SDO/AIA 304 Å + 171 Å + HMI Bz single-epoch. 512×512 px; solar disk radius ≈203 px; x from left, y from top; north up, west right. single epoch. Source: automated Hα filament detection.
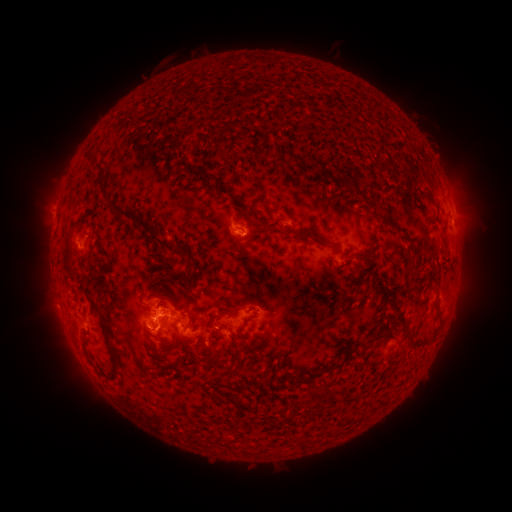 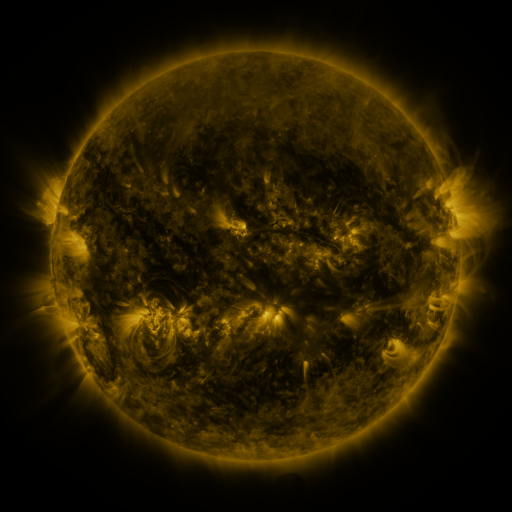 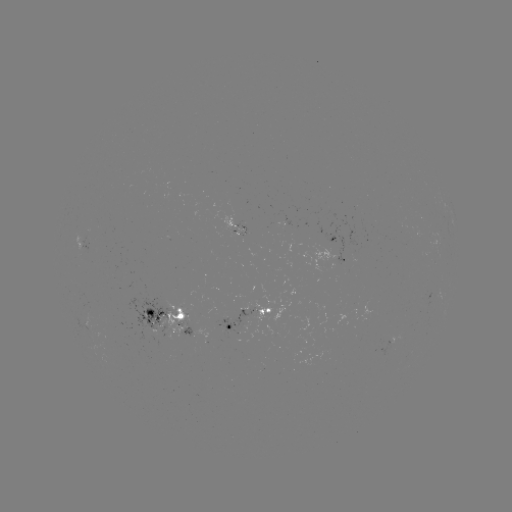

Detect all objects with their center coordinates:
filament: (220, 133)
filament: (204, 176)
filament: (239, 199)
filament: (382, 207)
filament: (242, 214)
filament: (250, 220)
filament: (149, 230)
filament: (261, 231)
filament: (305, 234)
filament: (91, 237)
filament: (205, 246)
filament: (67, 249)
filament: (365, 254)
filament: (412, 255)
filament: (409, 263)
filament: (166, 269)
filament: (432, 275)
filament: (189, 276)
filament: (181, 283)
filament: (384, 291)
filament: (180, 295)
filament: (169, 308)
filament: (252, 308)
filament: (173, 324)
filament: (191, 327)
filament: (216, 327)
filament: (240, 330)
filament: (383, 334)
filament: (111, 348)
filament: (86, 351)
filament: (215, 357)
filament: (344, 361)
filament: (290, 376)
filament: (218, 381)
filament: (325, 392)
